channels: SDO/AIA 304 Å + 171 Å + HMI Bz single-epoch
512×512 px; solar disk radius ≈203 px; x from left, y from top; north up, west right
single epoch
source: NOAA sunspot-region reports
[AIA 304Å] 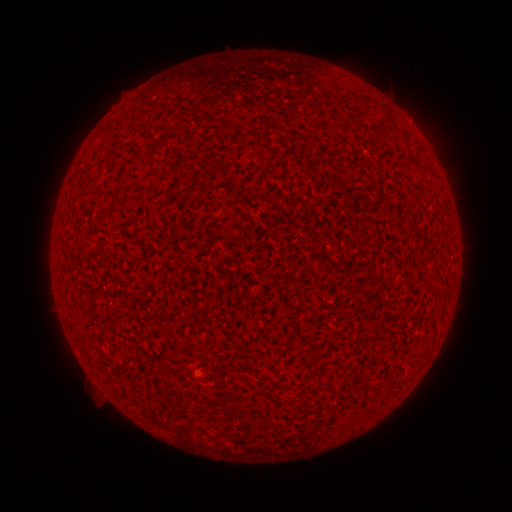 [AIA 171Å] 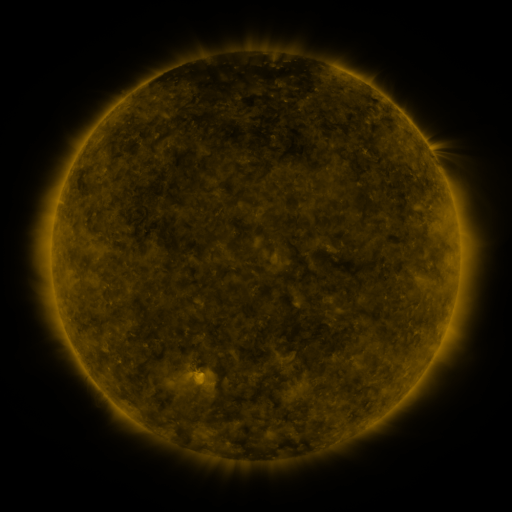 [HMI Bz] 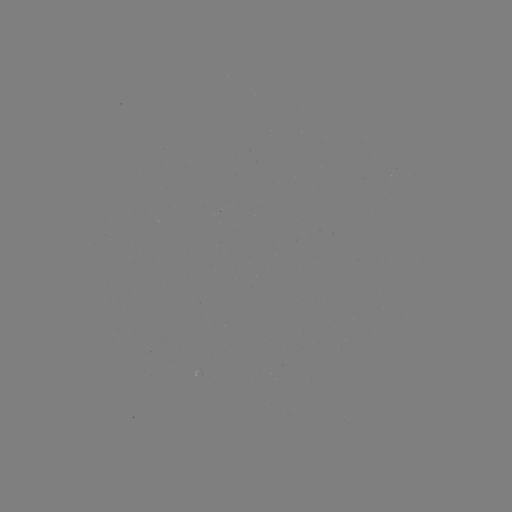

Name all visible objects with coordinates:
(none)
